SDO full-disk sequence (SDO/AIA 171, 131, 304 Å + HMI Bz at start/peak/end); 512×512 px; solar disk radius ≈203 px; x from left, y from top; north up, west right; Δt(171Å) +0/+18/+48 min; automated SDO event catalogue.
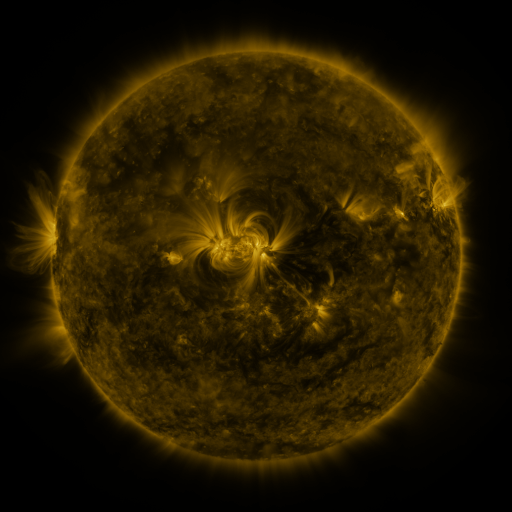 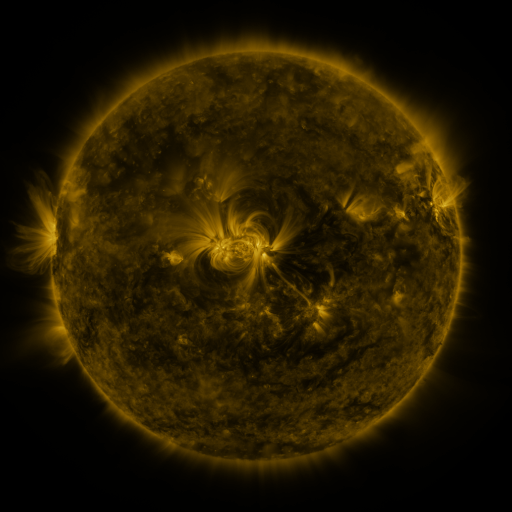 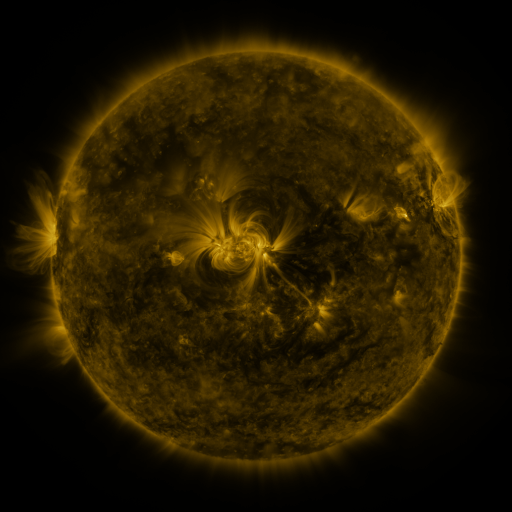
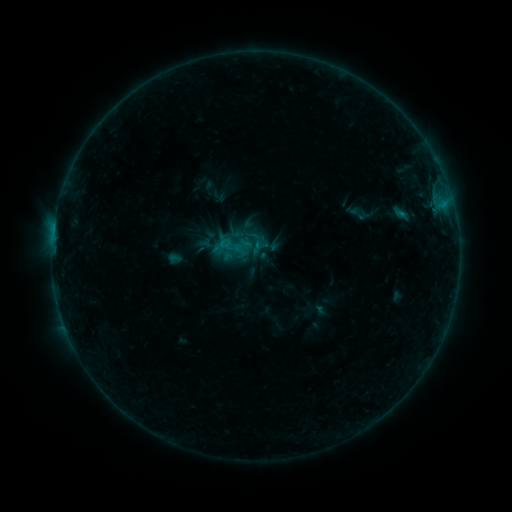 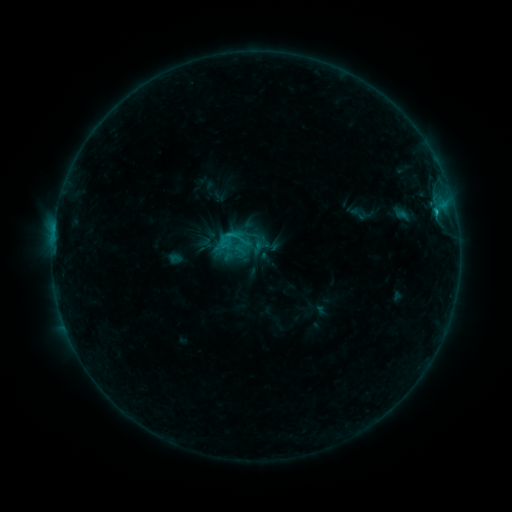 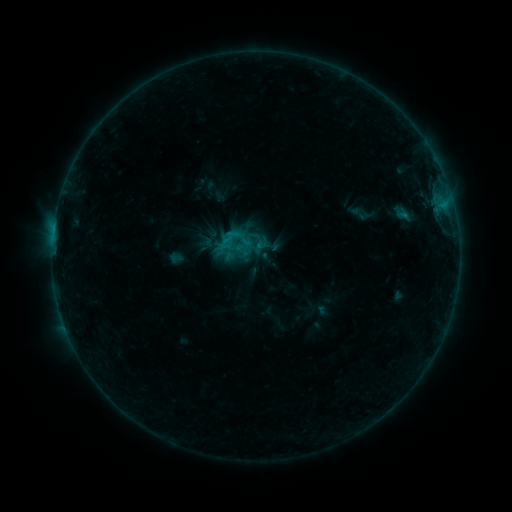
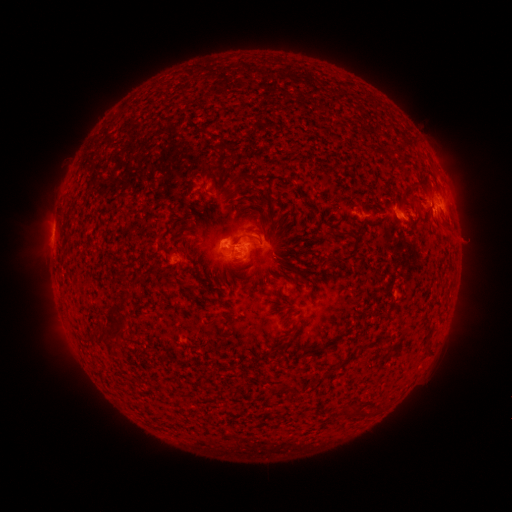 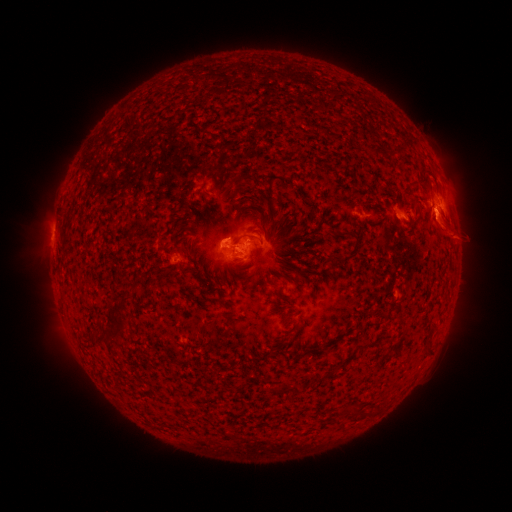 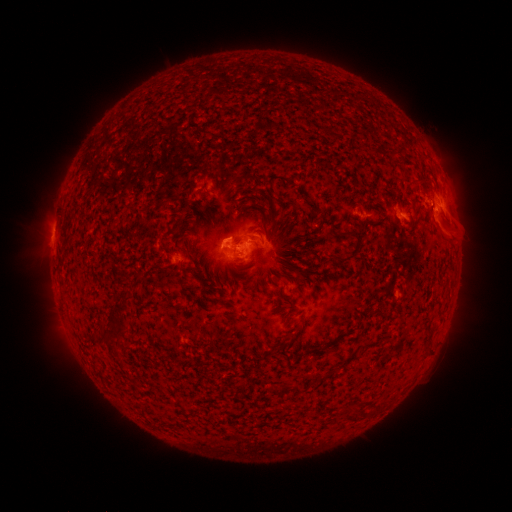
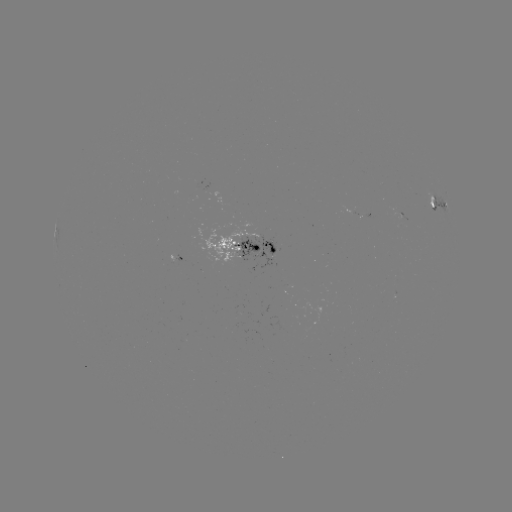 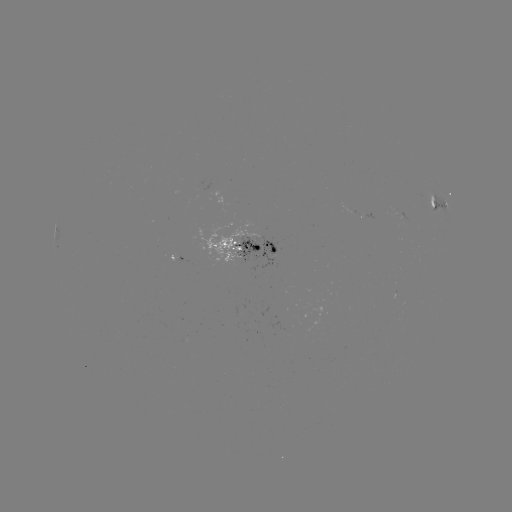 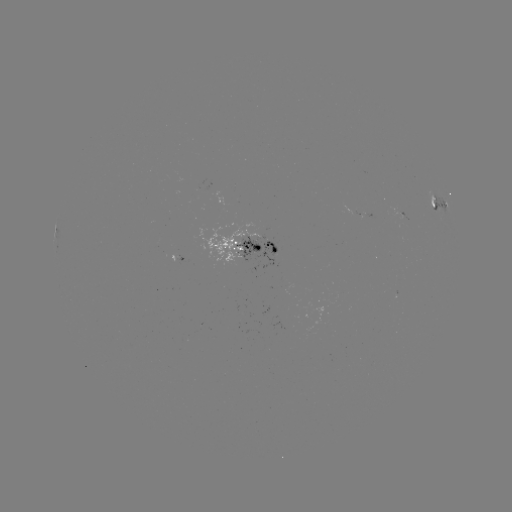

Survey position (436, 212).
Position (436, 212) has C1.1 flare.